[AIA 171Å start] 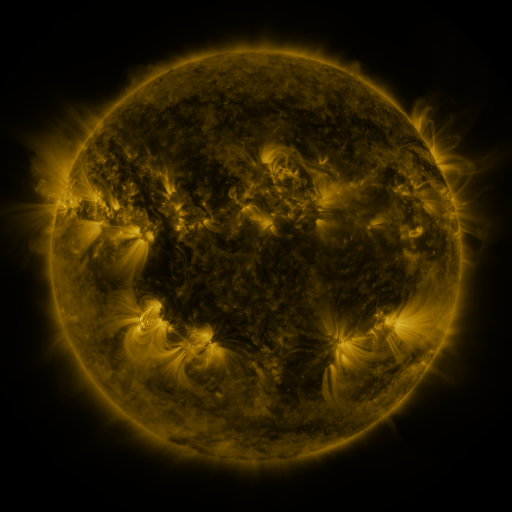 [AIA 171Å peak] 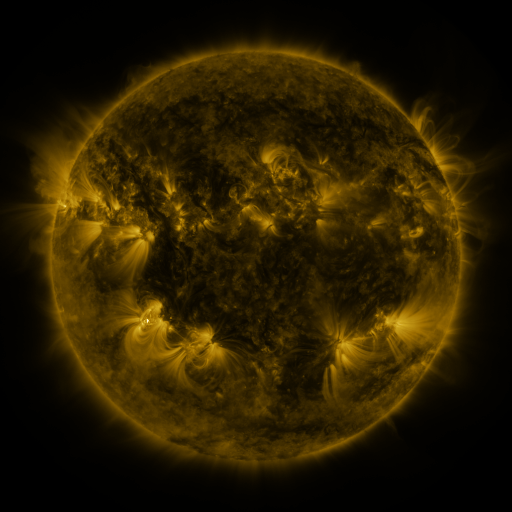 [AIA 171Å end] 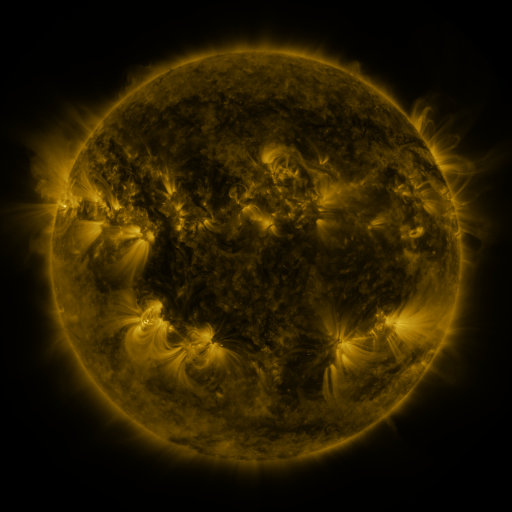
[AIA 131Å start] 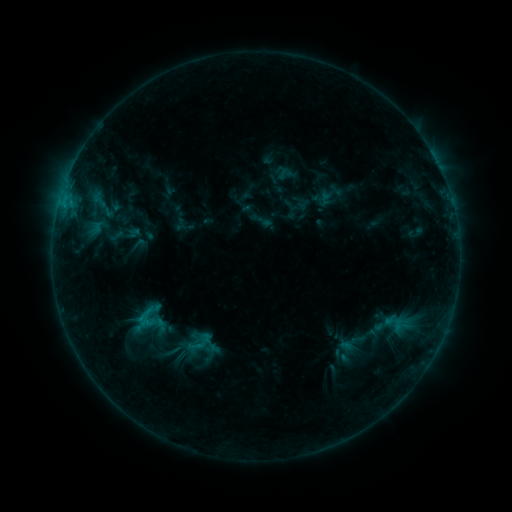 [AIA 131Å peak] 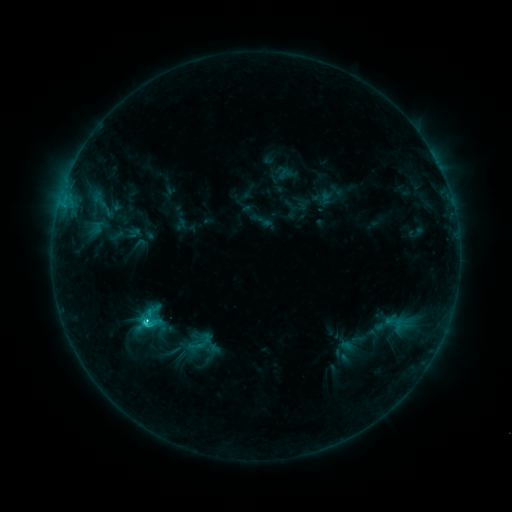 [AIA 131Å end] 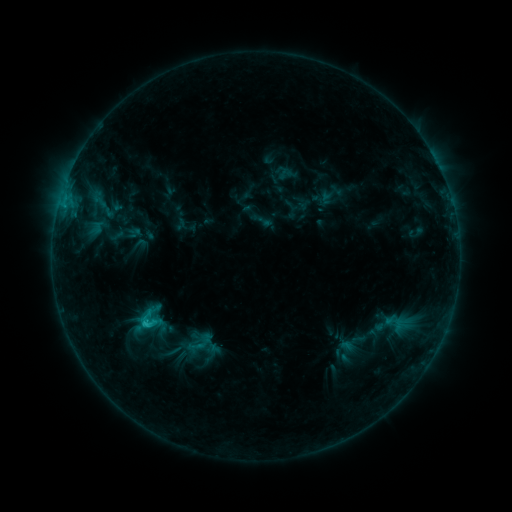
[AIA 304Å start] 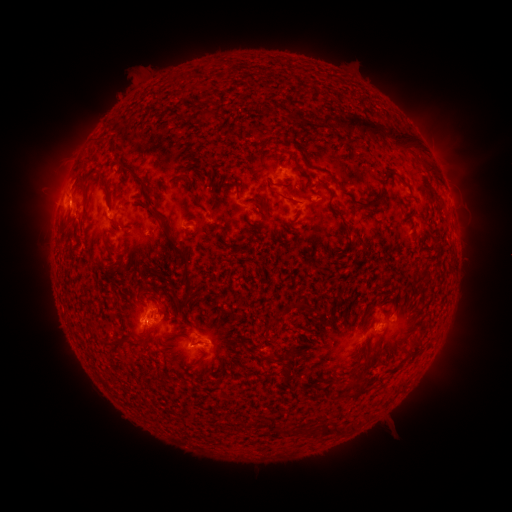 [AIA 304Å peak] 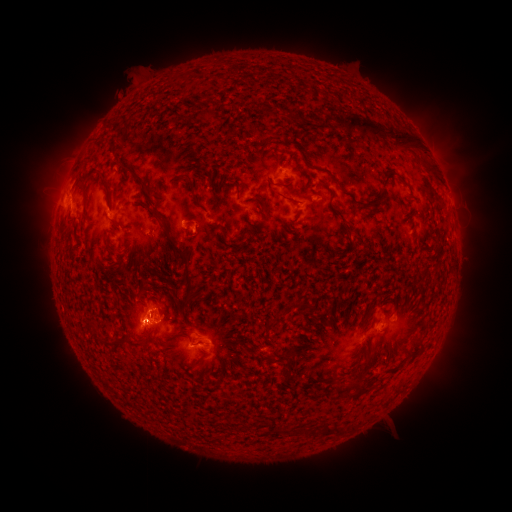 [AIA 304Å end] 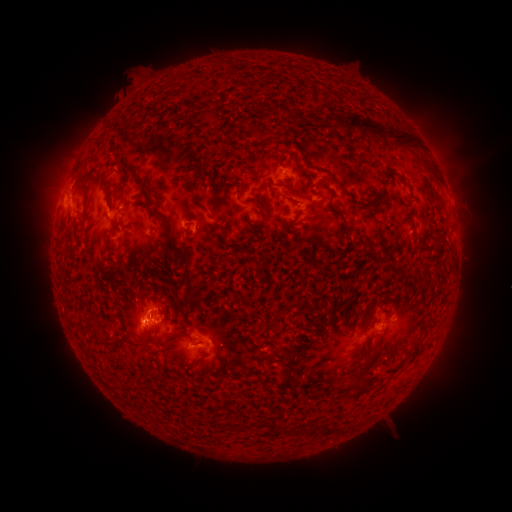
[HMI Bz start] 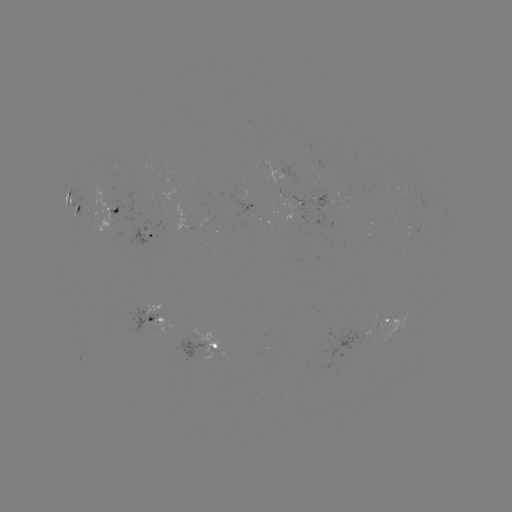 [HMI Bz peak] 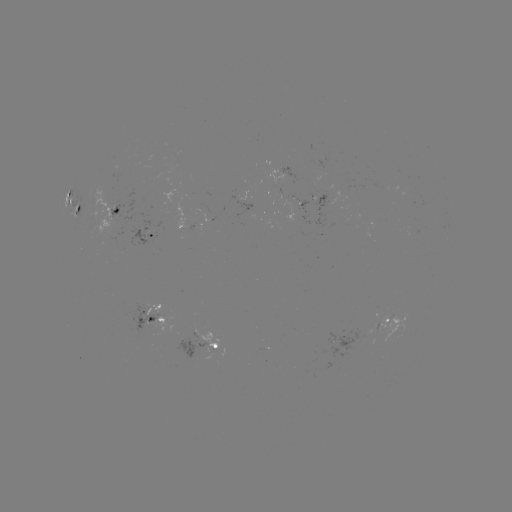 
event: flare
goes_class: C3.1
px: (146, 321)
